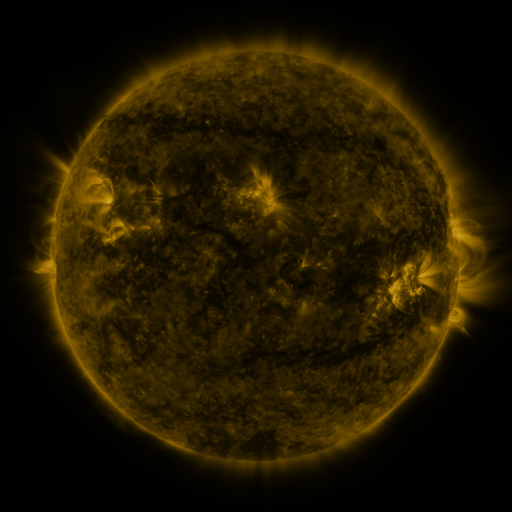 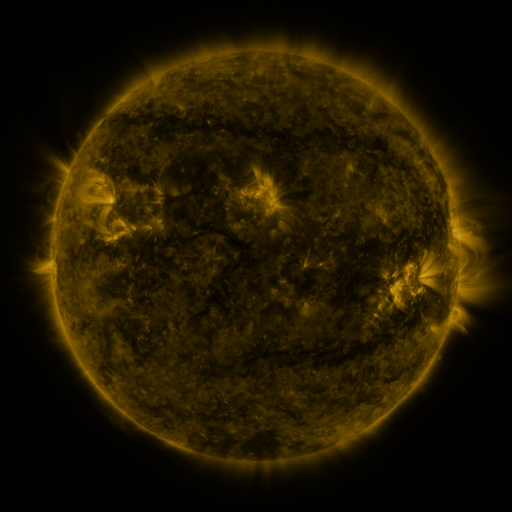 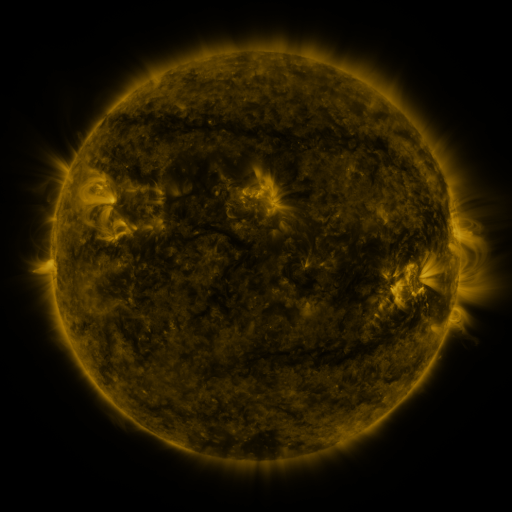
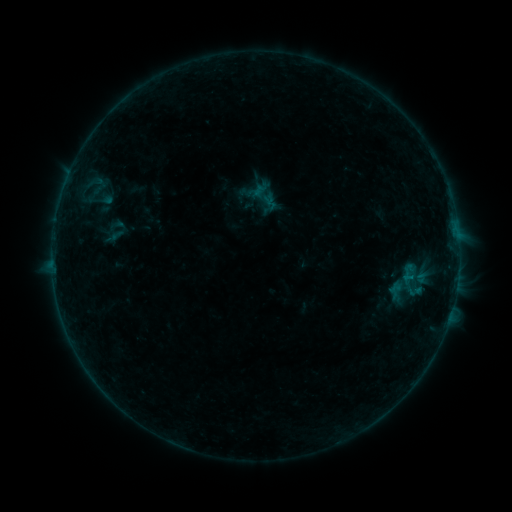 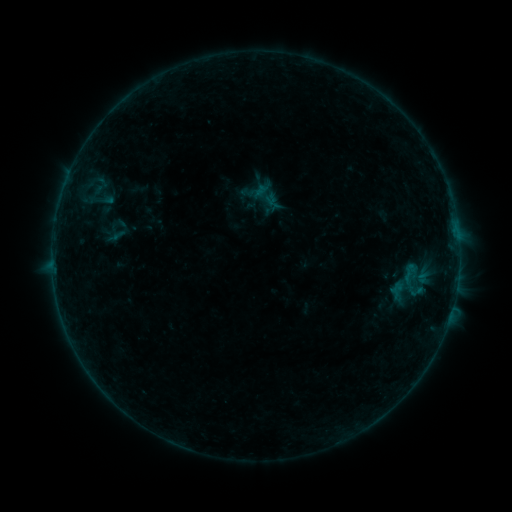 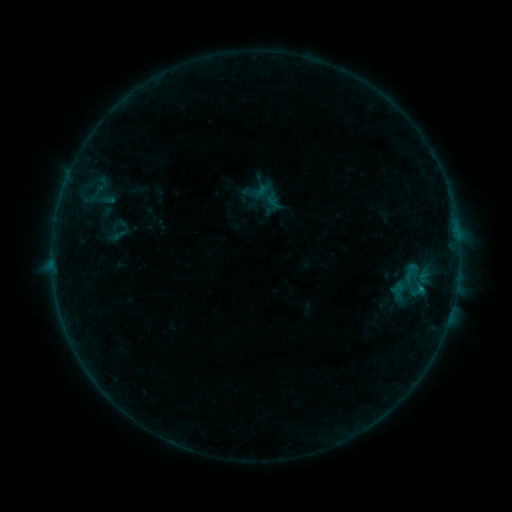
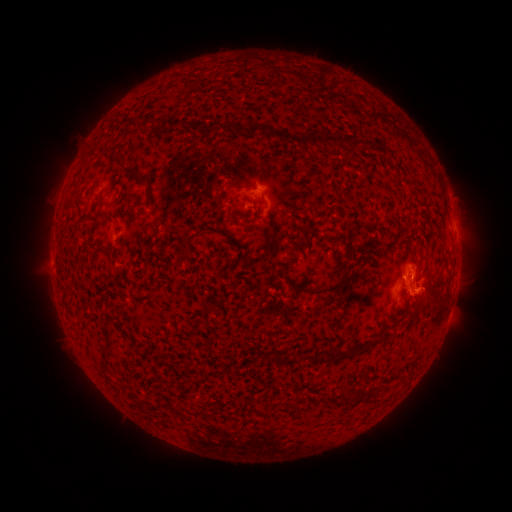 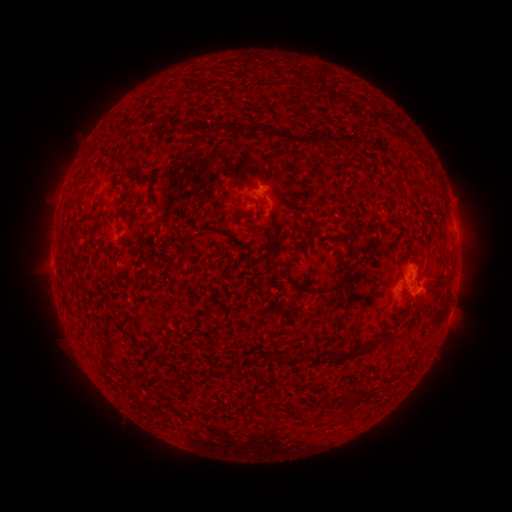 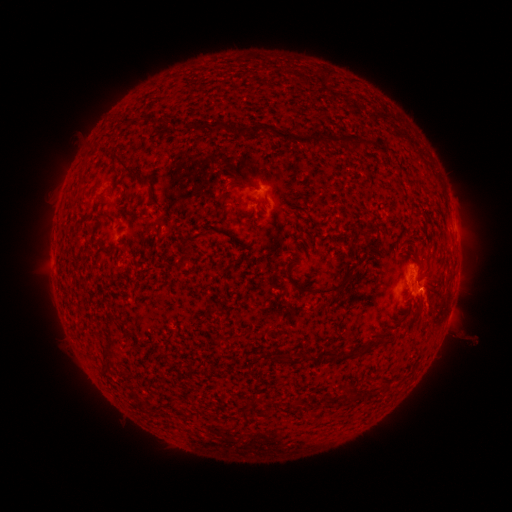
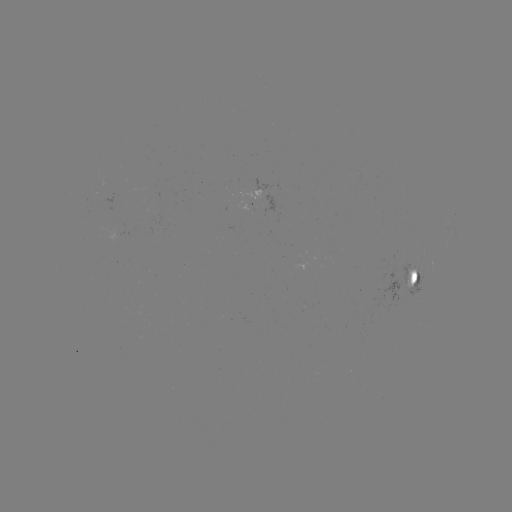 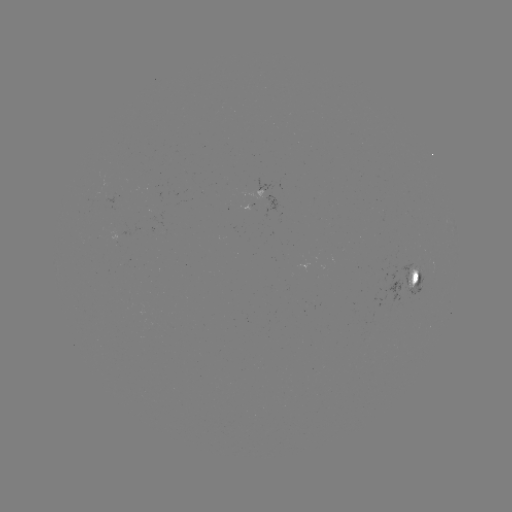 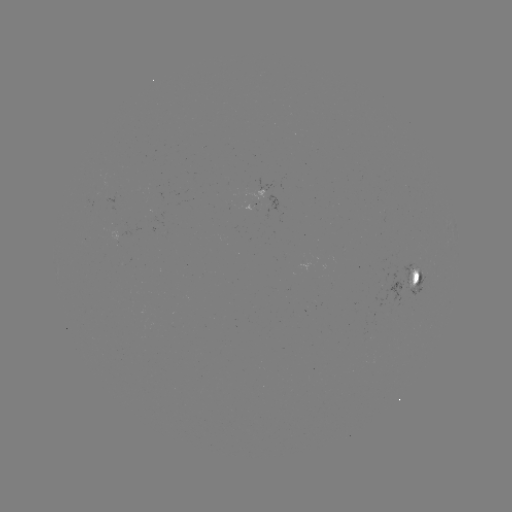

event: emerging-flux region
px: (114, 239)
